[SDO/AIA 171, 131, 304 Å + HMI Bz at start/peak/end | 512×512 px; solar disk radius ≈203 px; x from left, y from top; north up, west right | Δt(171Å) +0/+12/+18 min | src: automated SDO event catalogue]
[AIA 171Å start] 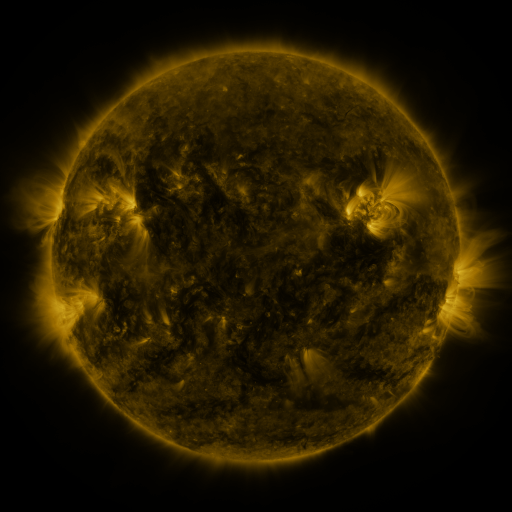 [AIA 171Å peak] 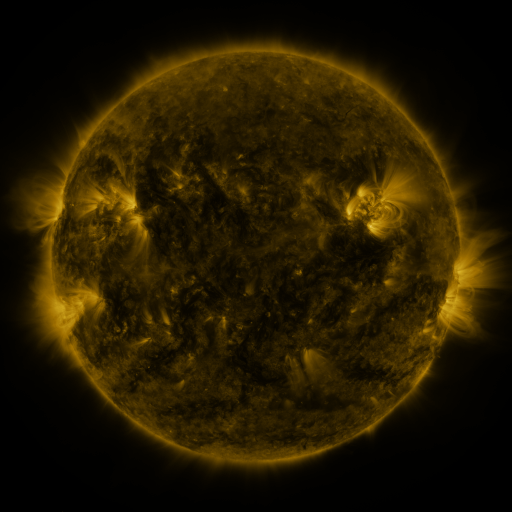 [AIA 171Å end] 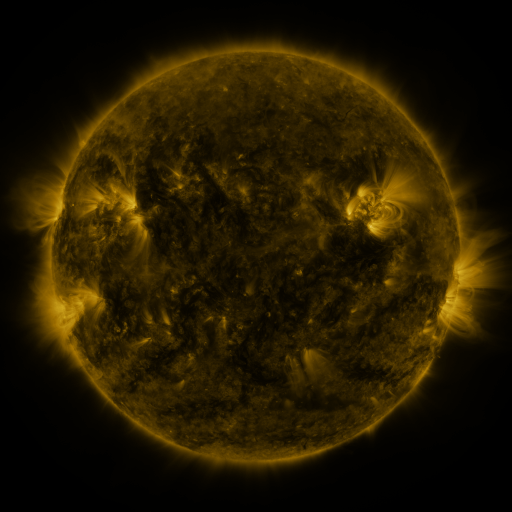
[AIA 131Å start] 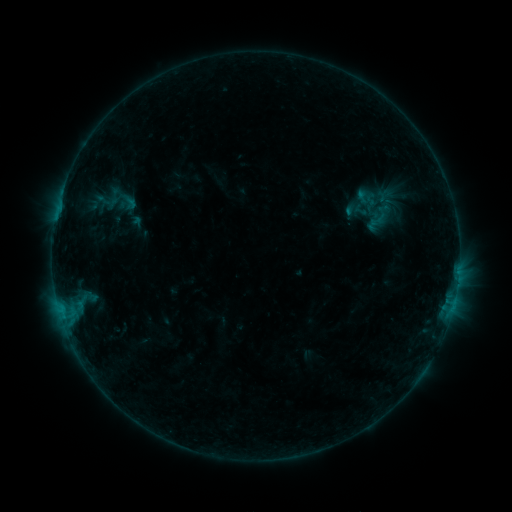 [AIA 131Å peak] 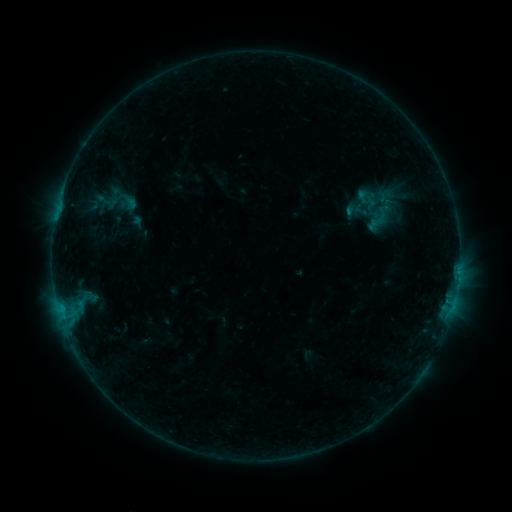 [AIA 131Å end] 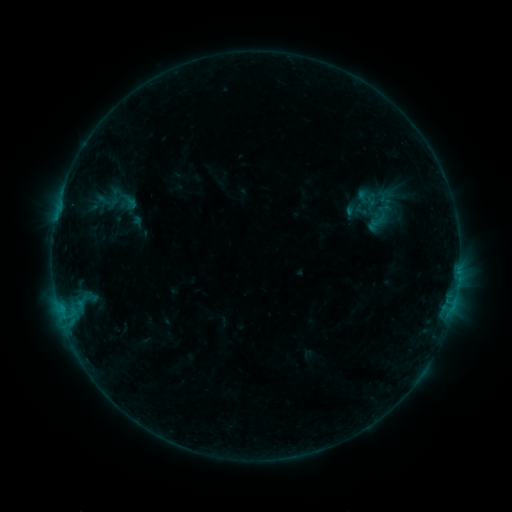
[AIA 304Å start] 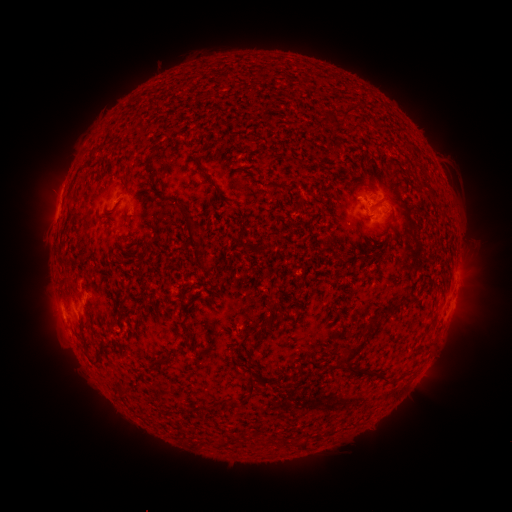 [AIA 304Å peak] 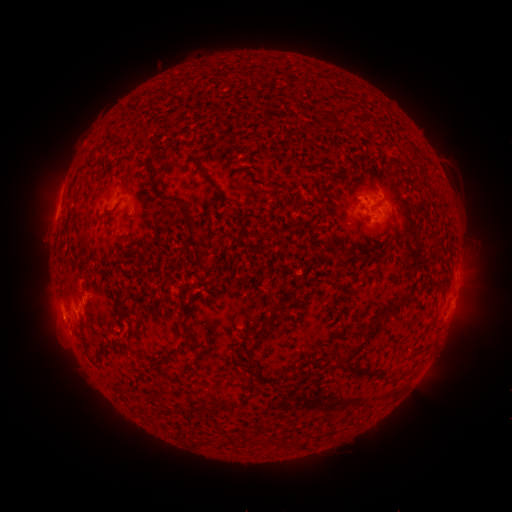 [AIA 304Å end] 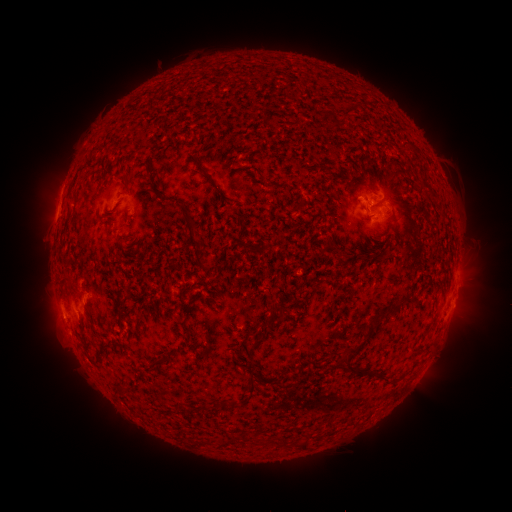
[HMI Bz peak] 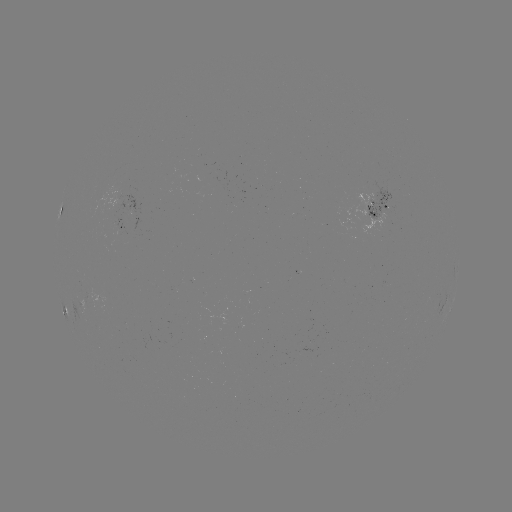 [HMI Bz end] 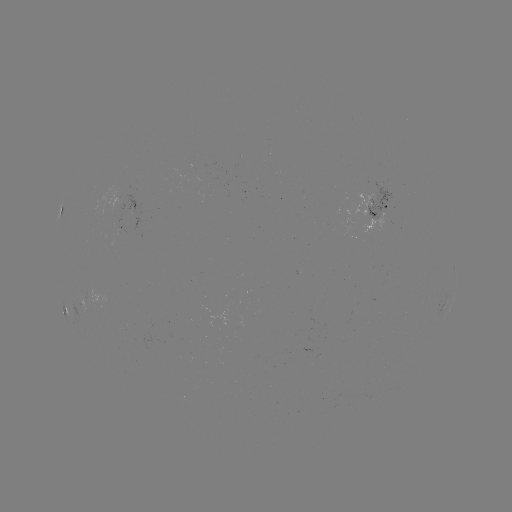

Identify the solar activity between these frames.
no flare in any classed list; no EUV-trigger detection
